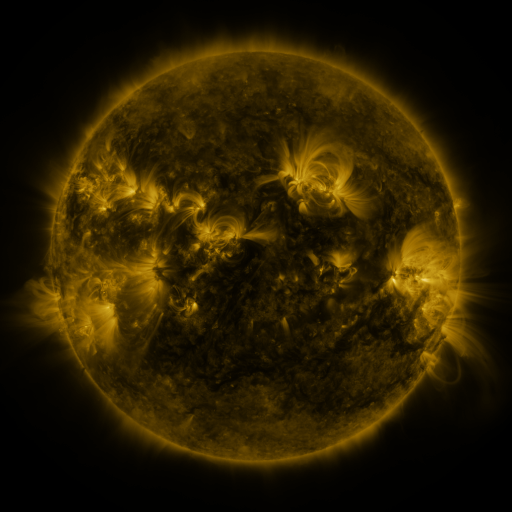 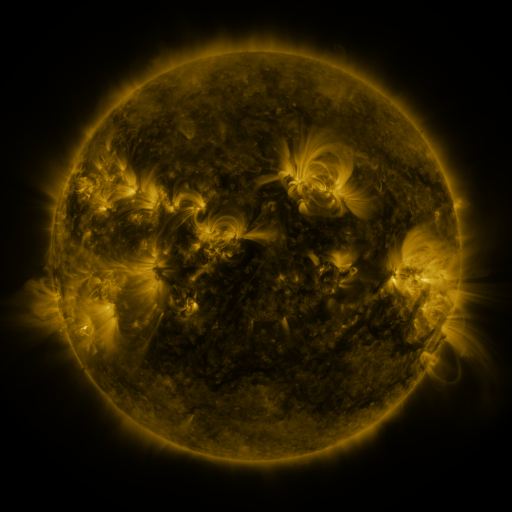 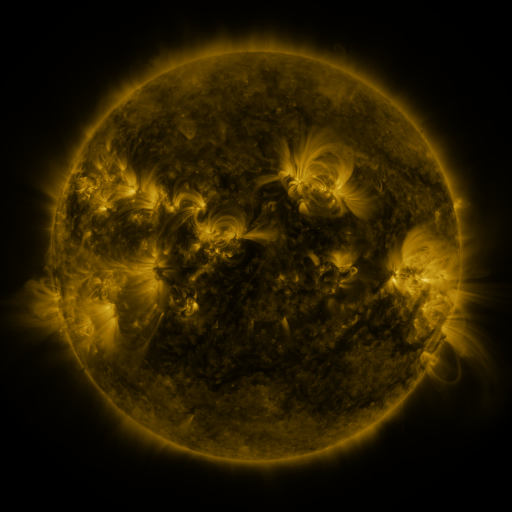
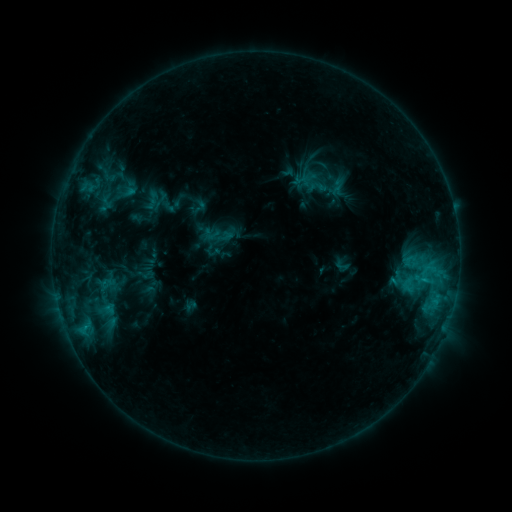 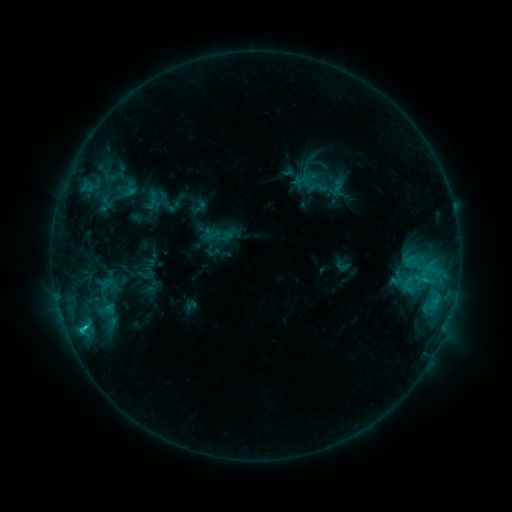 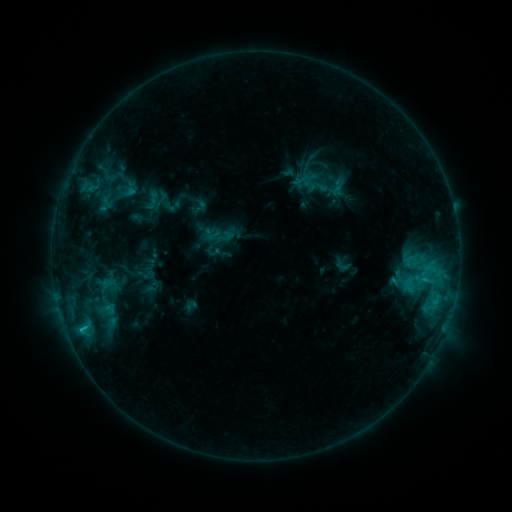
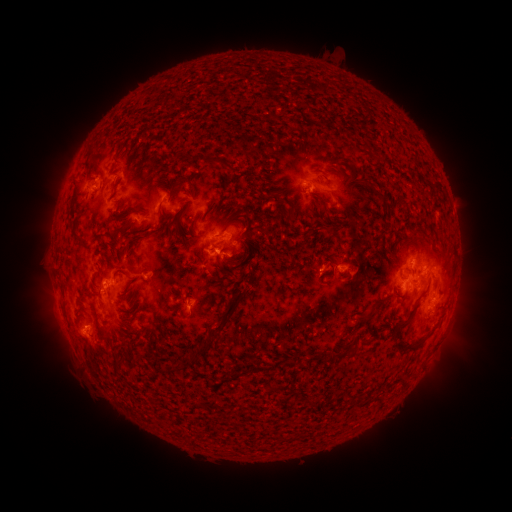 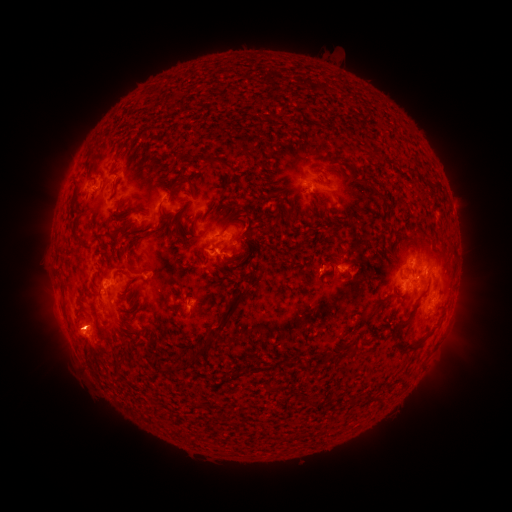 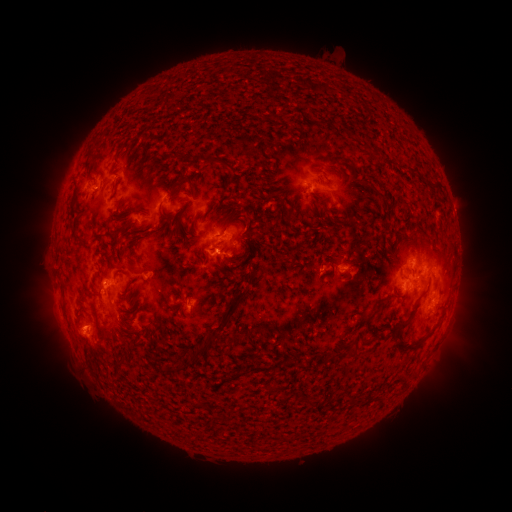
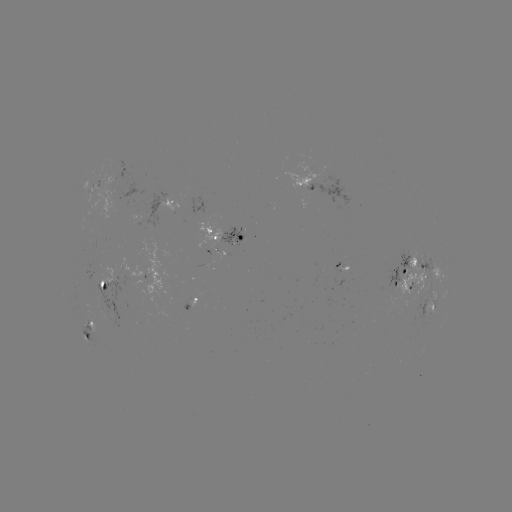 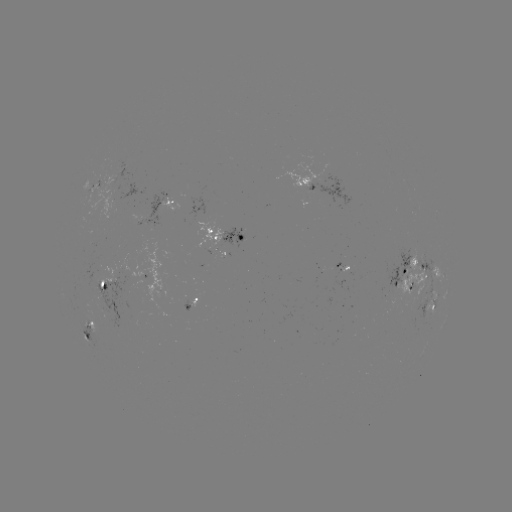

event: flare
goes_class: C1.5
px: (84, 325)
